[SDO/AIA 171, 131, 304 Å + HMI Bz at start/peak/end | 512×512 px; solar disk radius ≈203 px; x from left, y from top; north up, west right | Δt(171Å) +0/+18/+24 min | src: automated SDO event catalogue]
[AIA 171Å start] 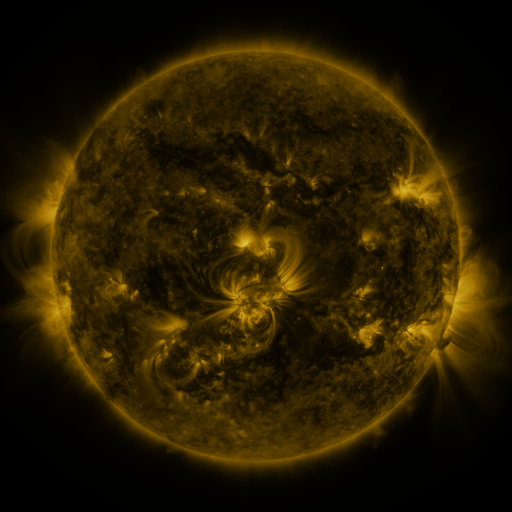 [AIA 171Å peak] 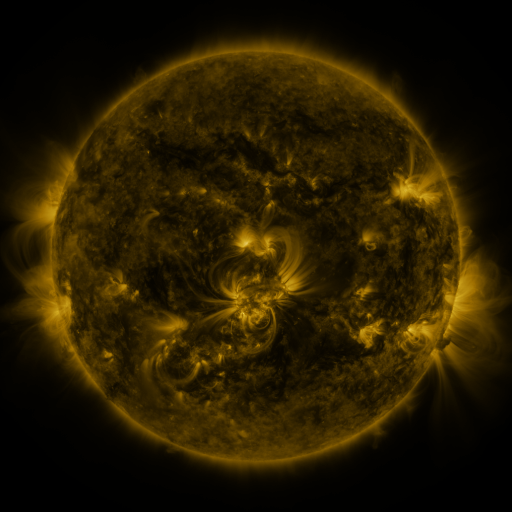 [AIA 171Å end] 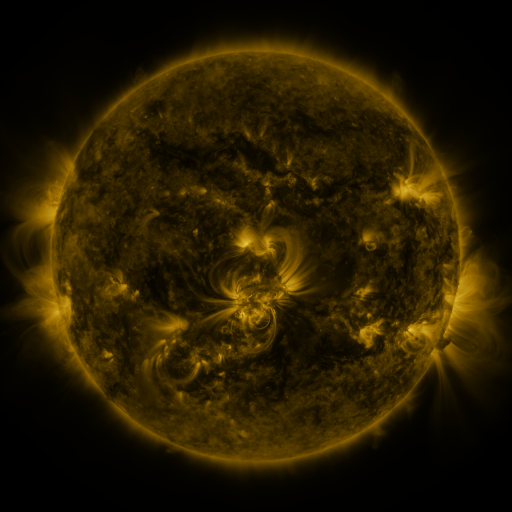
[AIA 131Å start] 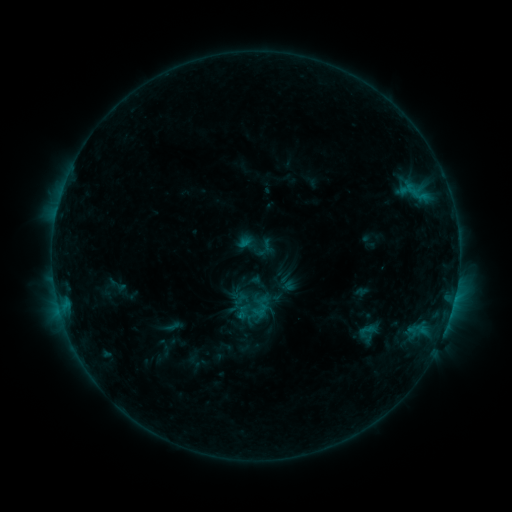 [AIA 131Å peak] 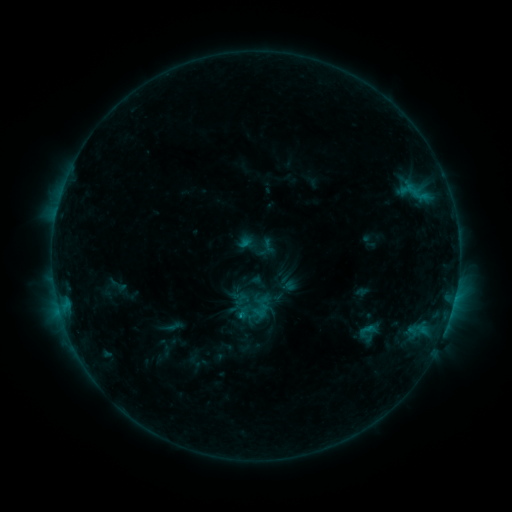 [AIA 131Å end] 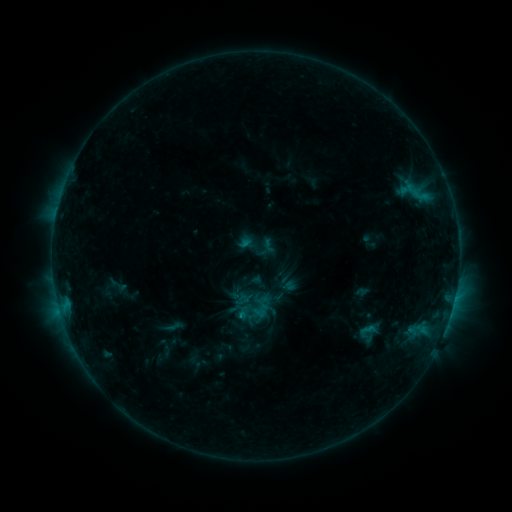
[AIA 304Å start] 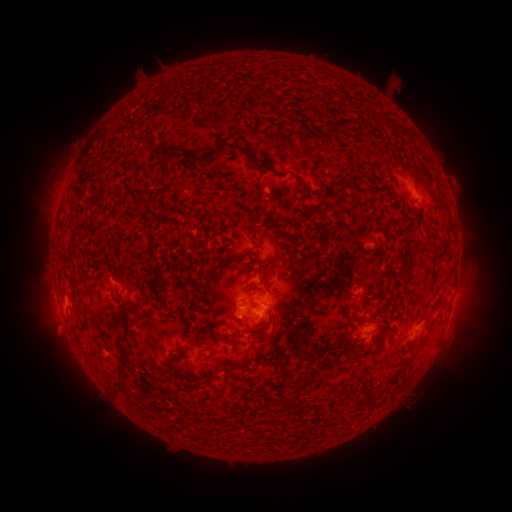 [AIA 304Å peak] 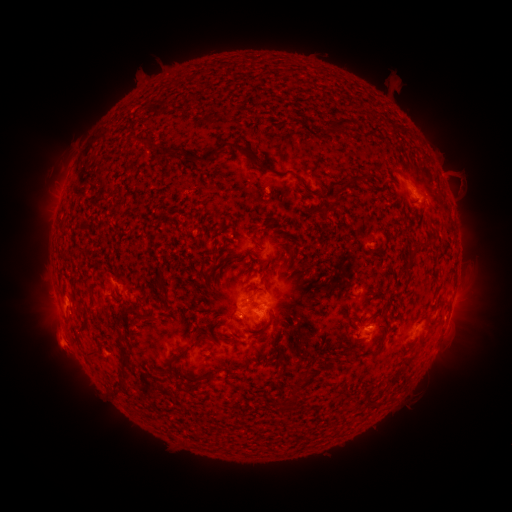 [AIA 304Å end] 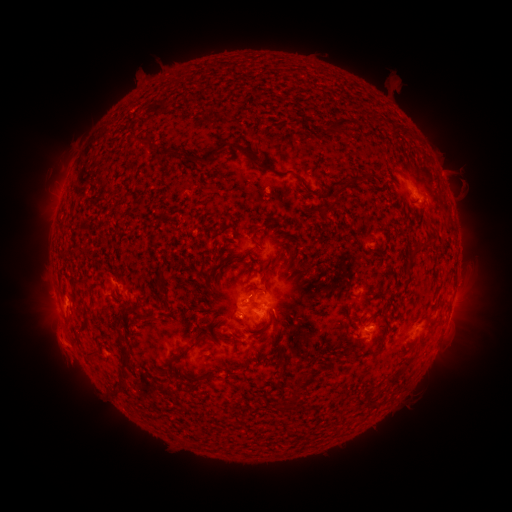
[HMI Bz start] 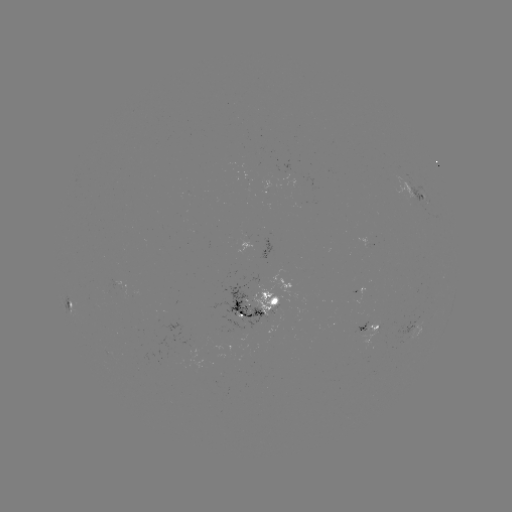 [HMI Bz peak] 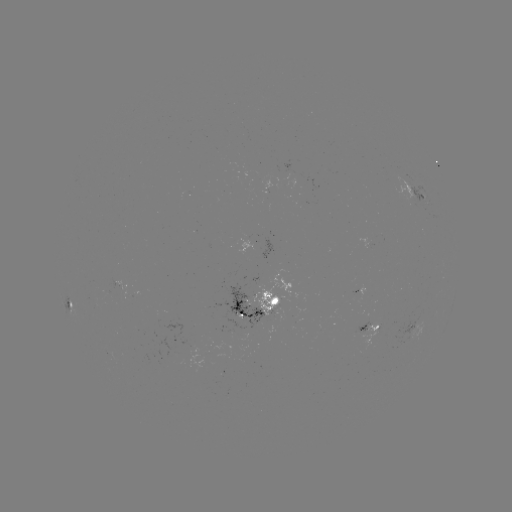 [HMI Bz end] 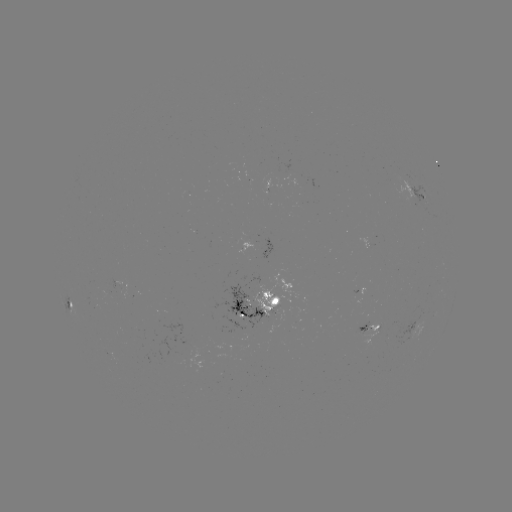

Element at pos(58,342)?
eruption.